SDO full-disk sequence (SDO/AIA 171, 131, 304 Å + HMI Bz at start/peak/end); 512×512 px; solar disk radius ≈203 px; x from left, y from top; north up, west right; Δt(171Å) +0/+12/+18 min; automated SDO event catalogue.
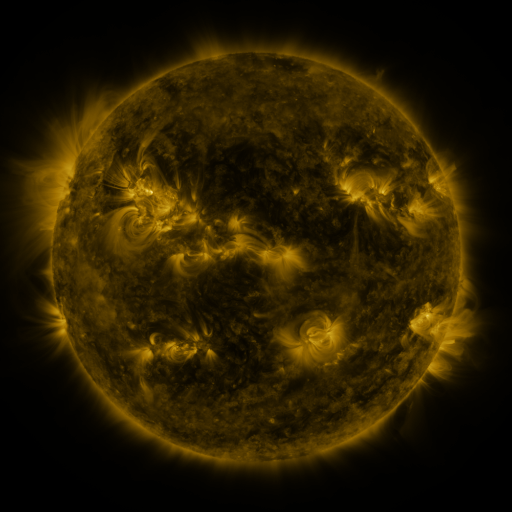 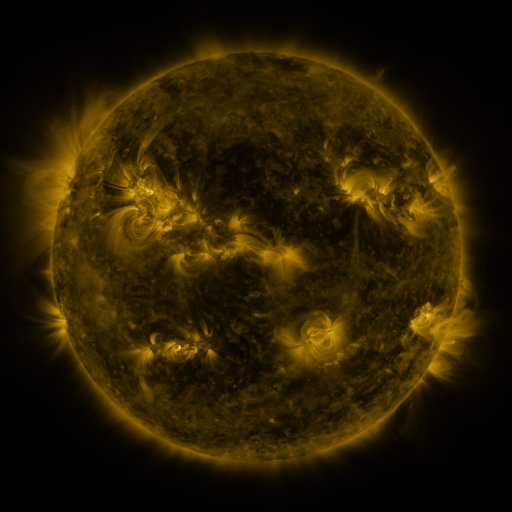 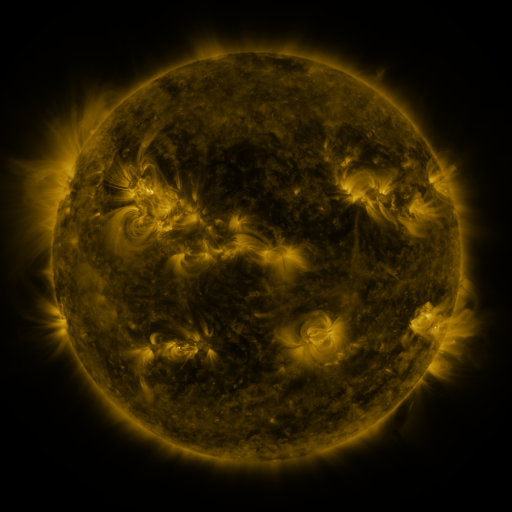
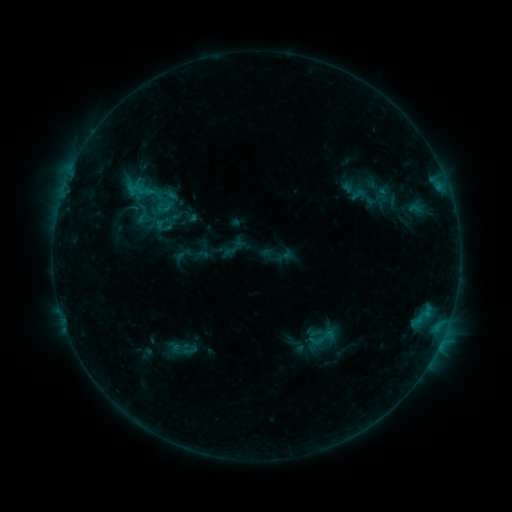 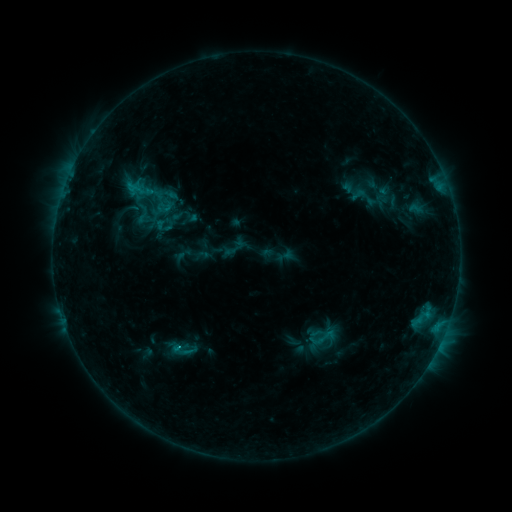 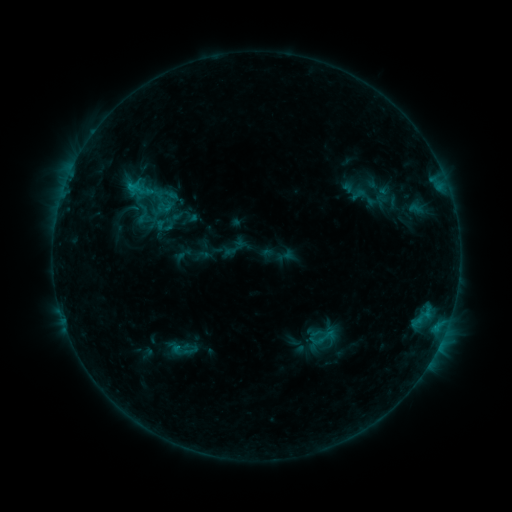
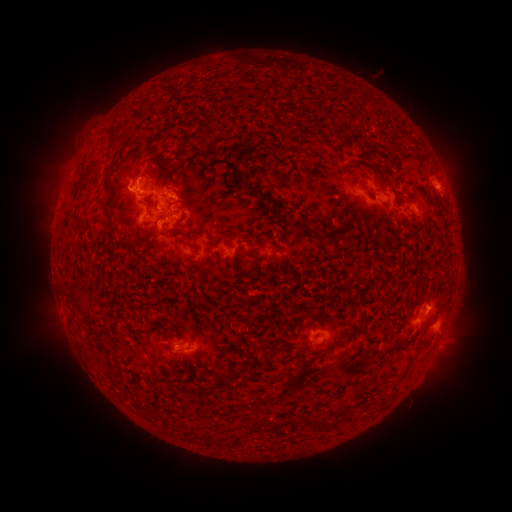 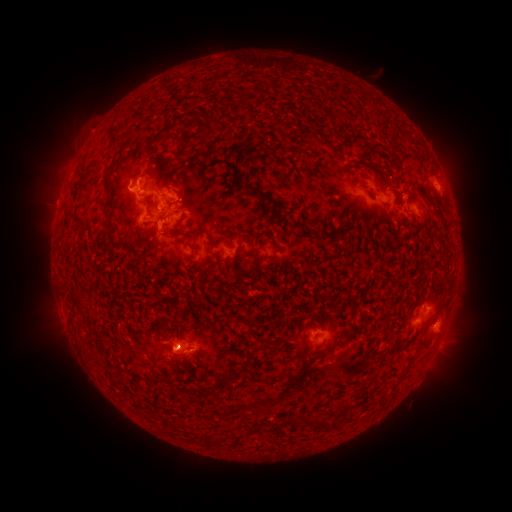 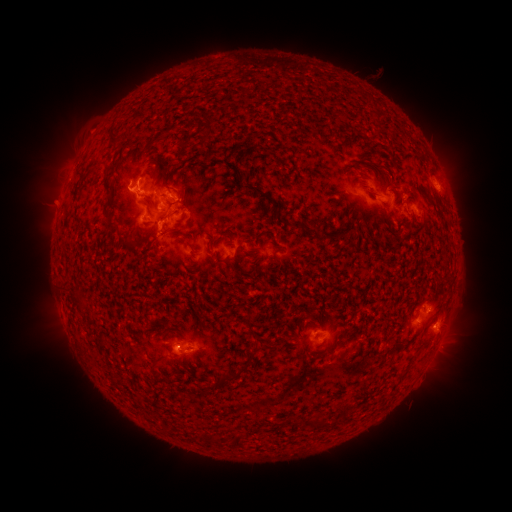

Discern C1.8 flare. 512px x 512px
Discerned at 181,347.